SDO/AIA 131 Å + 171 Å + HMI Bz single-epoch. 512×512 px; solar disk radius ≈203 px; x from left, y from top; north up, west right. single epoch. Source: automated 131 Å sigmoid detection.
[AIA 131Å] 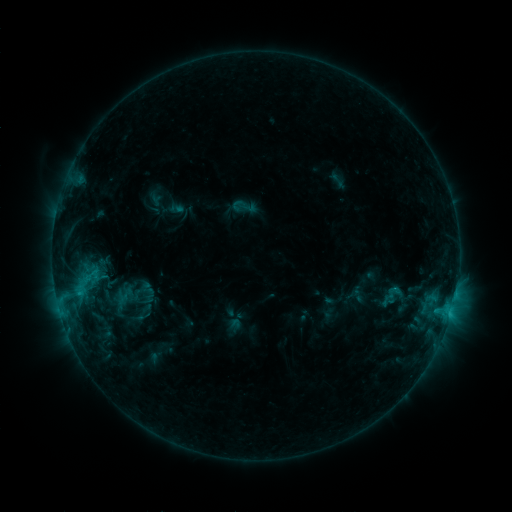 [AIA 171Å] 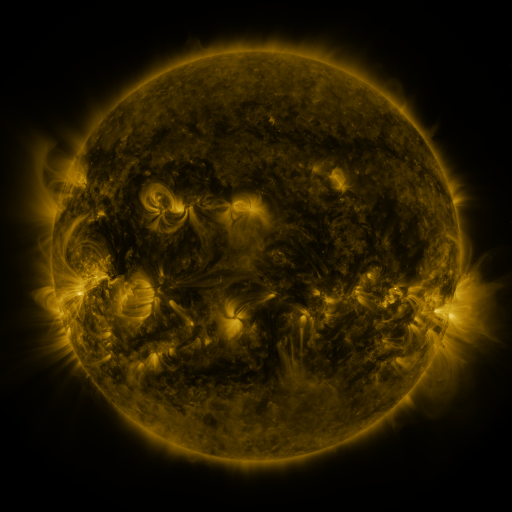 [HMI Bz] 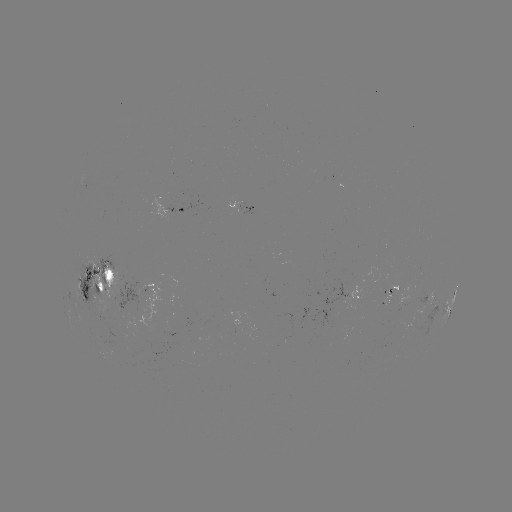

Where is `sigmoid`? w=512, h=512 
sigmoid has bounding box [231, 194, 257, 220].